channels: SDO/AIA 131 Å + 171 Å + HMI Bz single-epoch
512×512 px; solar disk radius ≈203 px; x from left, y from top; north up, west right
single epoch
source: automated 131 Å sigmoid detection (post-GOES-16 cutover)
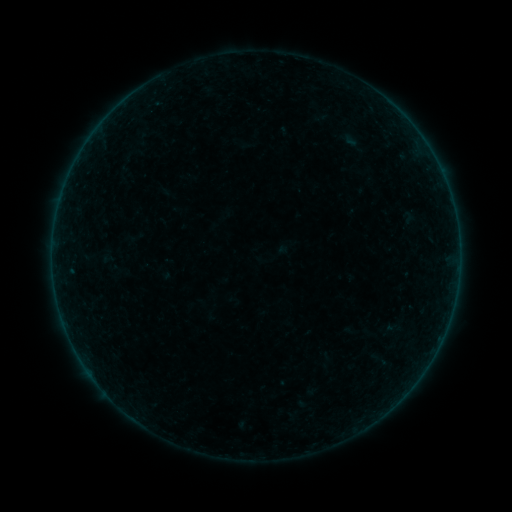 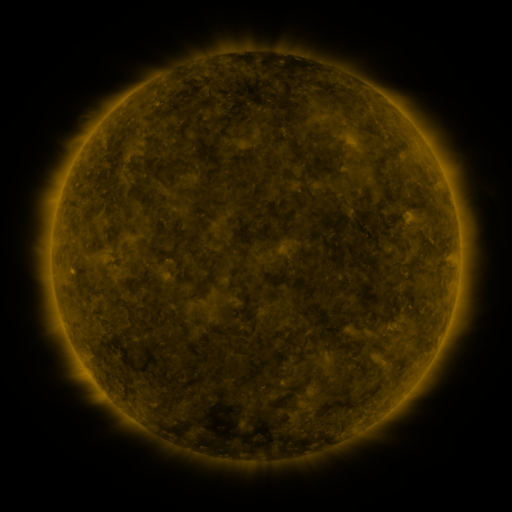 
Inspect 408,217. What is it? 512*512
sigmoid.